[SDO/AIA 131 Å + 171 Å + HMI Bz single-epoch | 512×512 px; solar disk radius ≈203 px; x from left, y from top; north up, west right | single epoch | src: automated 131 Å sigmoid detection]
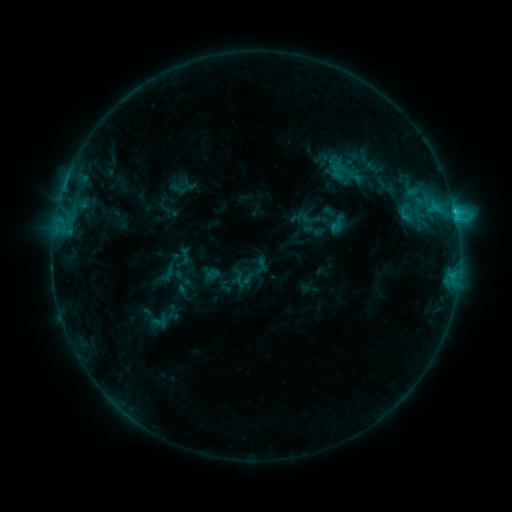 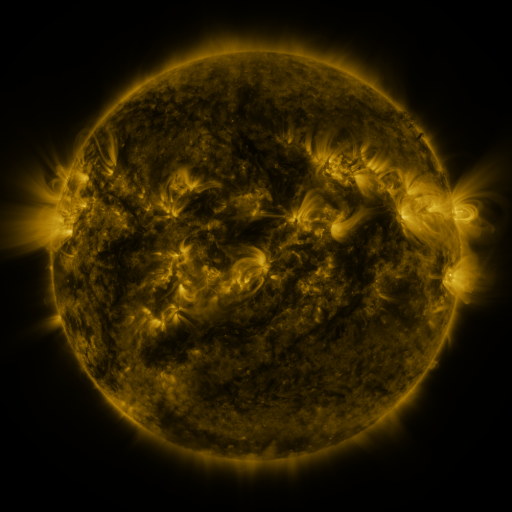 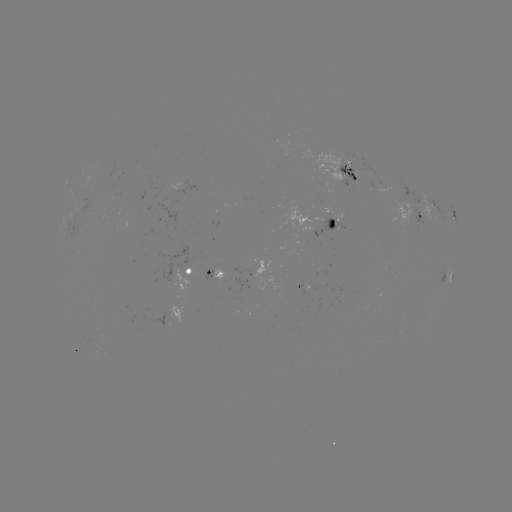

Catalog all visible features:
sigmoid: (407, 212)
